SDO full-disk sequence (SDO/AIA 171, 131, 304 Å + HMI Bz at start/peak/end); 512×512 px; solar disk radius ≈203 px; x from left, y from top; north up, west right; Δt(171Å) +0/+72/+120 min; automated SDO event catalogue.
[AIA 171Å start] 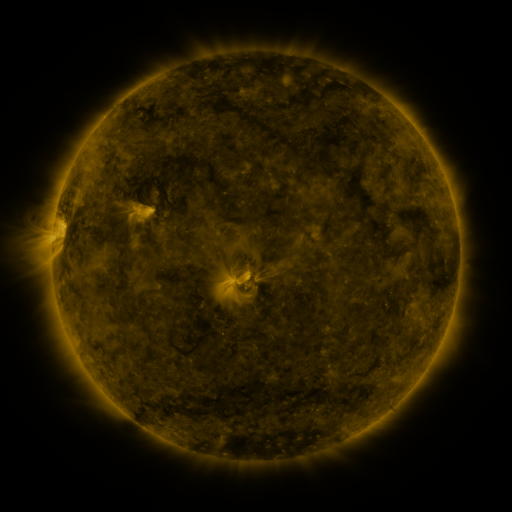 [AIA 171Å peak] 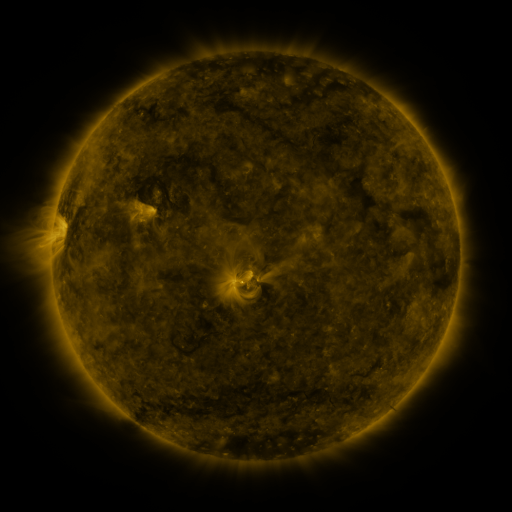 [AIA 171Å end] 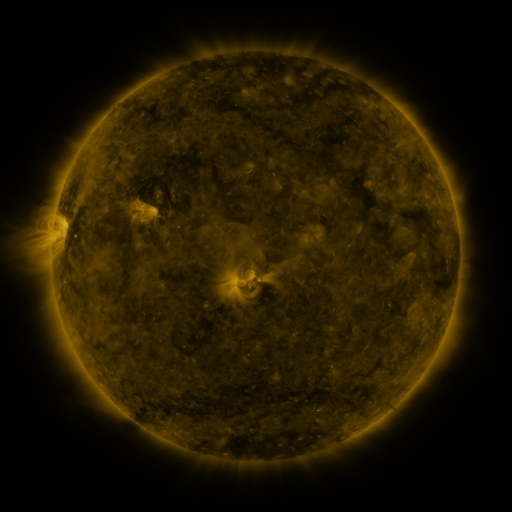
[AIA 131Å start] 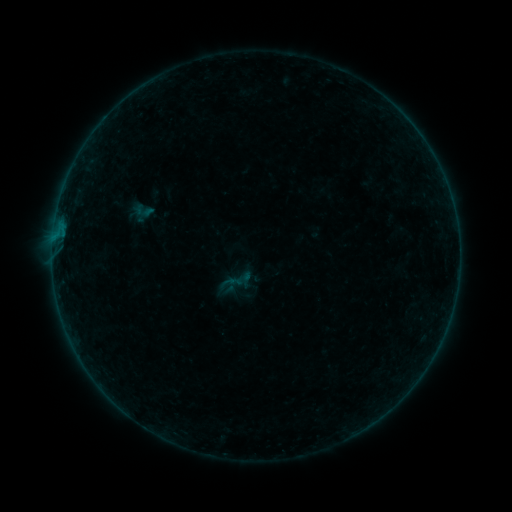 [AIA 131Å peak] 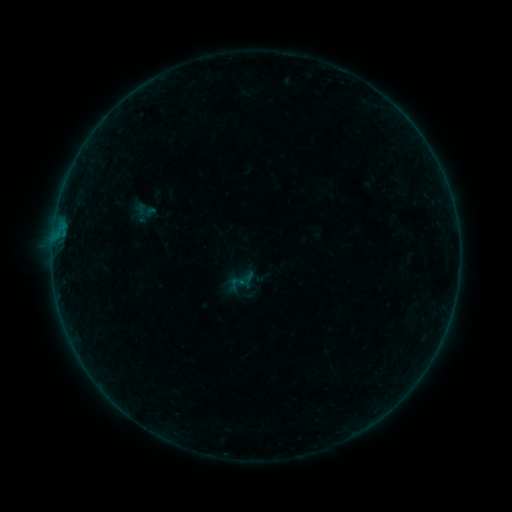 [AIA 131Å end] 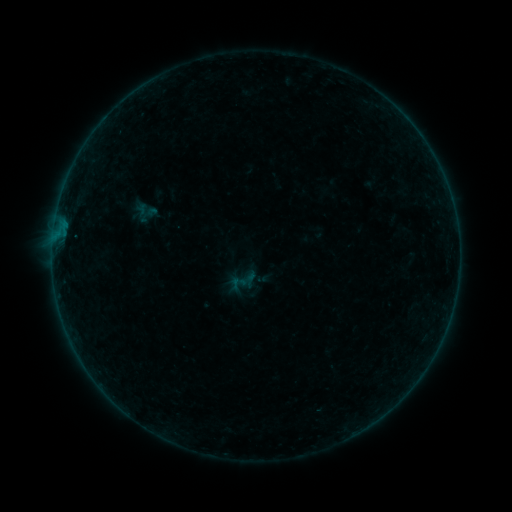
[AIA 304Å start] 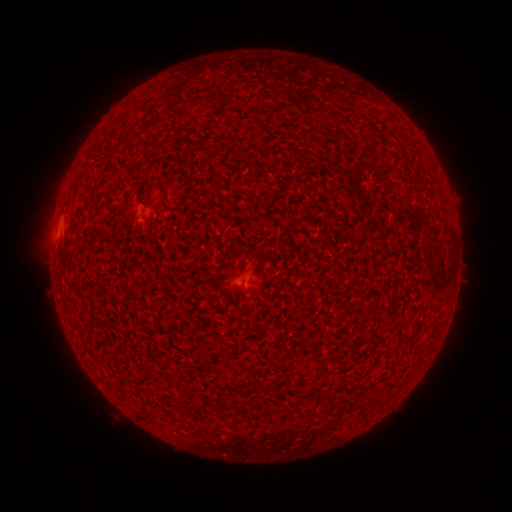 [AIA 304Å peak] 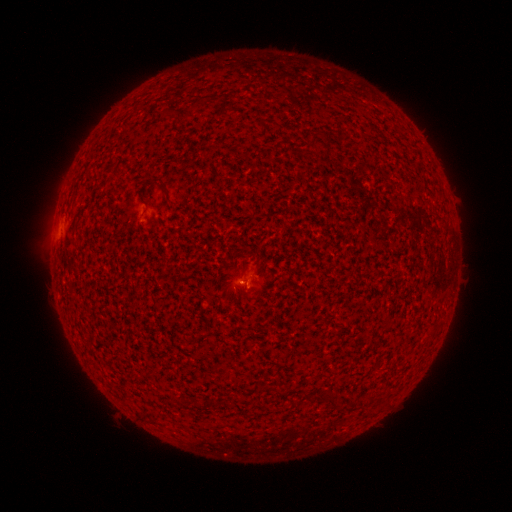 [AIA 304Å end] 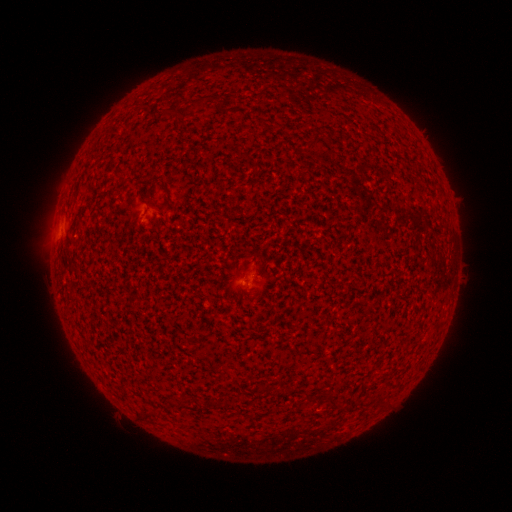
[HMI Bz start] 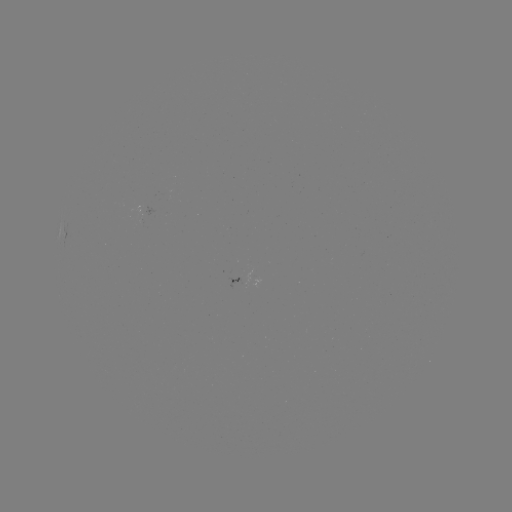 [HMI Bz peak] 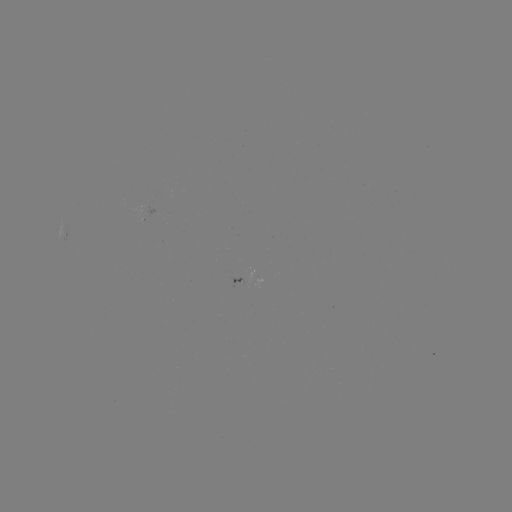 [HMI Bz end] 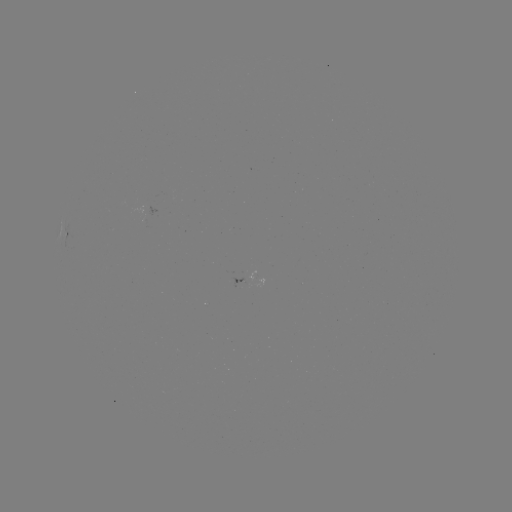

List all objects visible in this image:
A5.6 flare: (245, 283)
